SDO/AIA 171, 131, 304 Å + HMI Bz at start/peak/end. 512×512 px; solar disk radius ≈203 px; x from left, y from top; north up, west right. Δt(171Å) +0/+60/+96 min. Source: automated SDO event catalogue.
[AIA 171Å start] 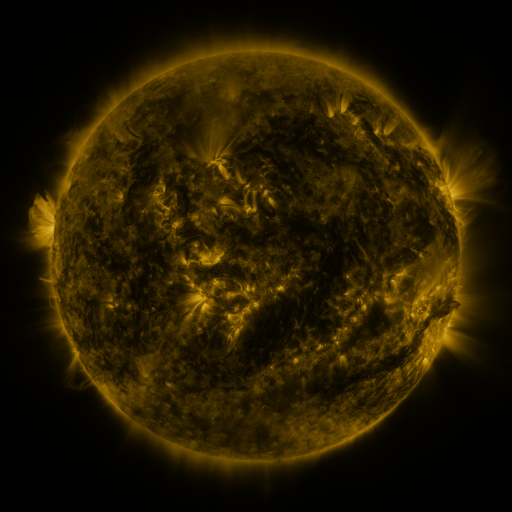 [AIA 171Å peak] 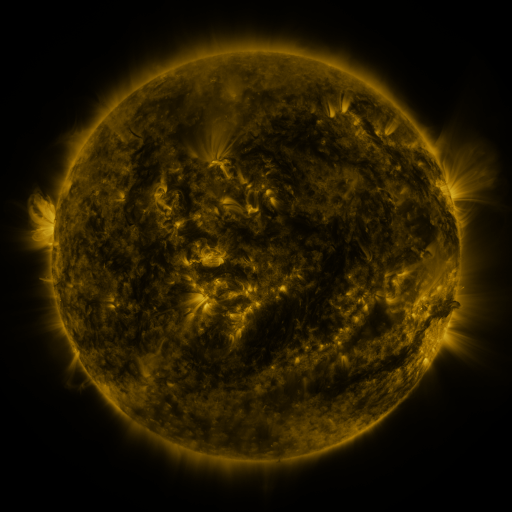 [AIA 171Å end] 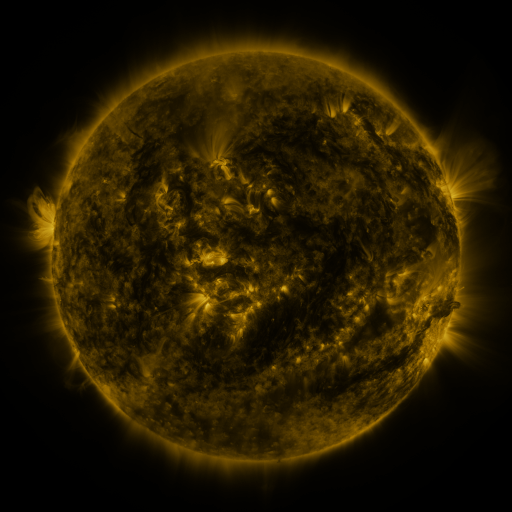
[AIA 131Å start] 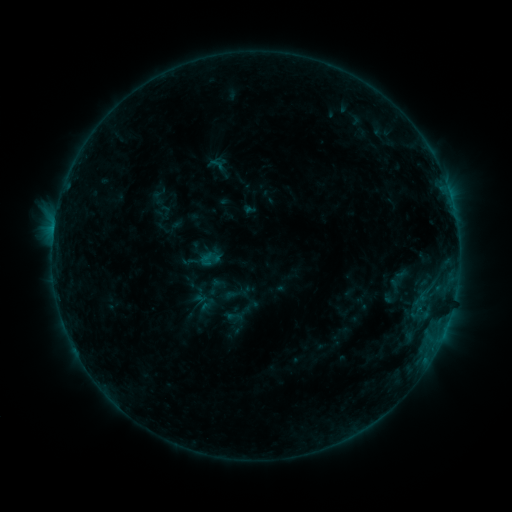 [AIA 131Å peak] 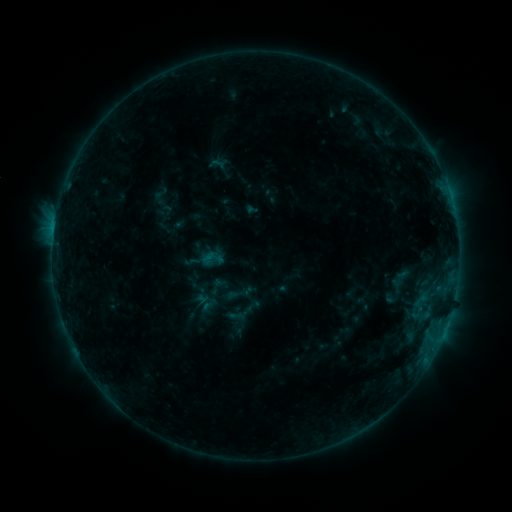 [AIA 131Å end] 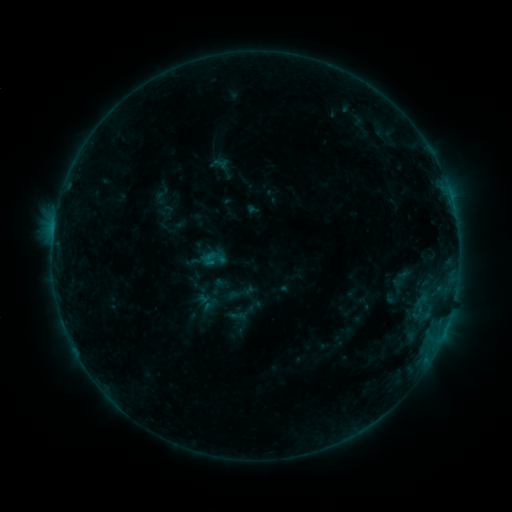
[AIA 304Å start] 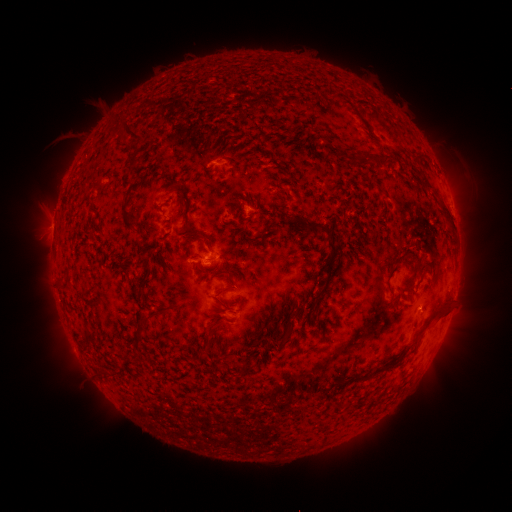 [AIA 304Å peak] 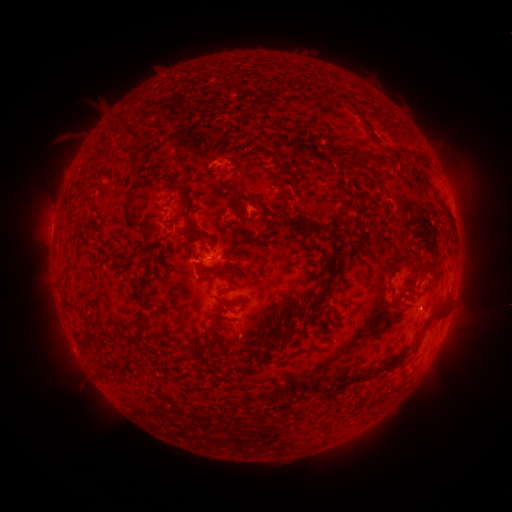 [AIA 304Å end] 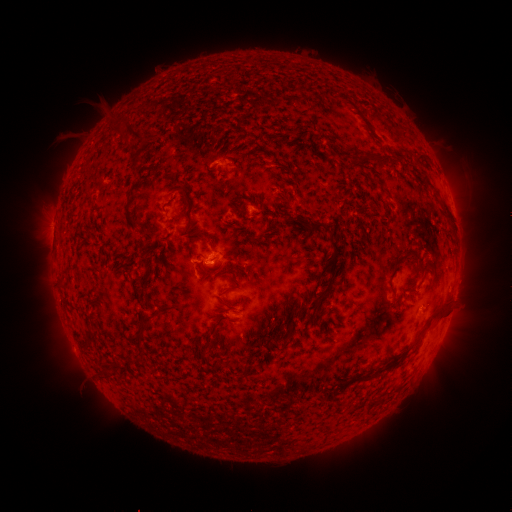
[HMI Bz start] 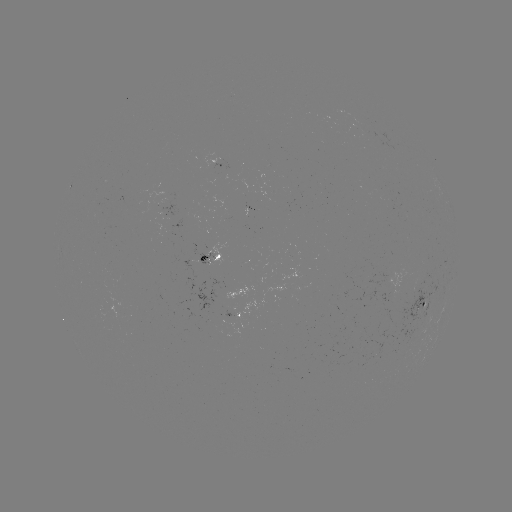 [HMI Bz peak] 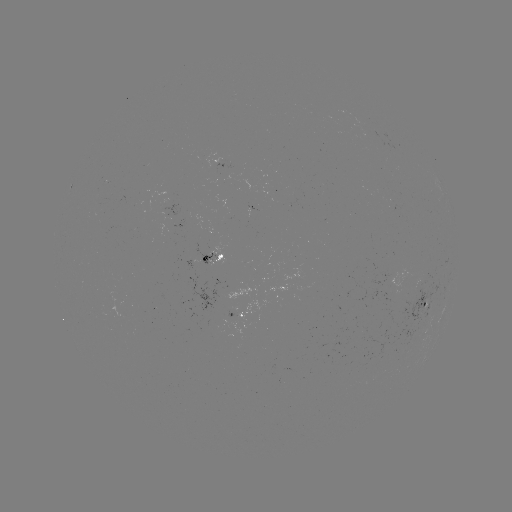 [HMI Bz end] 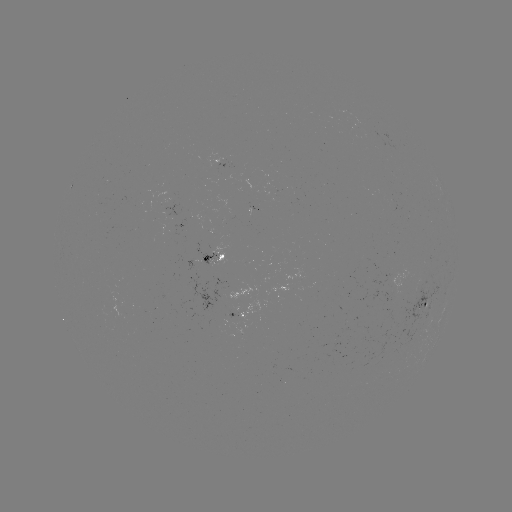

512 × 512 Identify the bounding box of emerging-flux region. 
[207, 243, 225, 267].